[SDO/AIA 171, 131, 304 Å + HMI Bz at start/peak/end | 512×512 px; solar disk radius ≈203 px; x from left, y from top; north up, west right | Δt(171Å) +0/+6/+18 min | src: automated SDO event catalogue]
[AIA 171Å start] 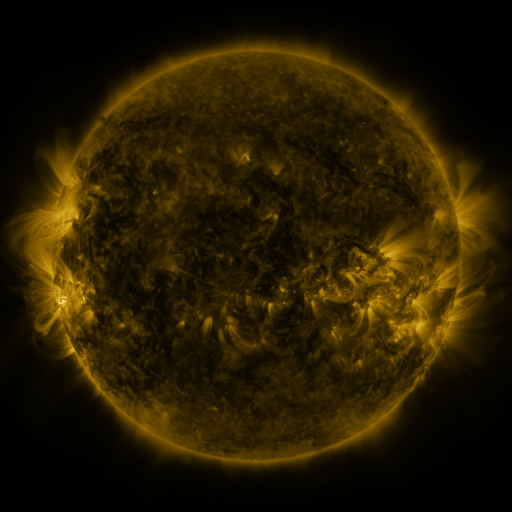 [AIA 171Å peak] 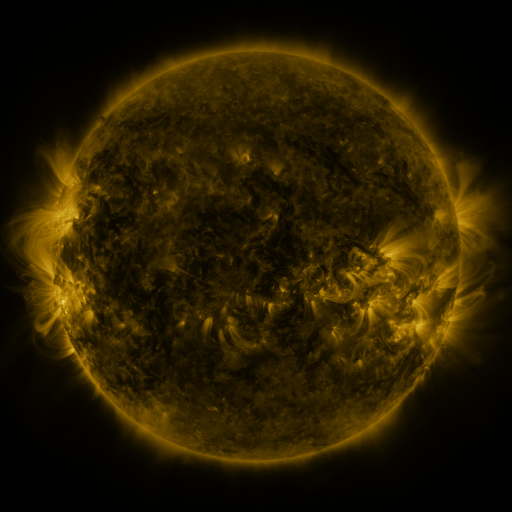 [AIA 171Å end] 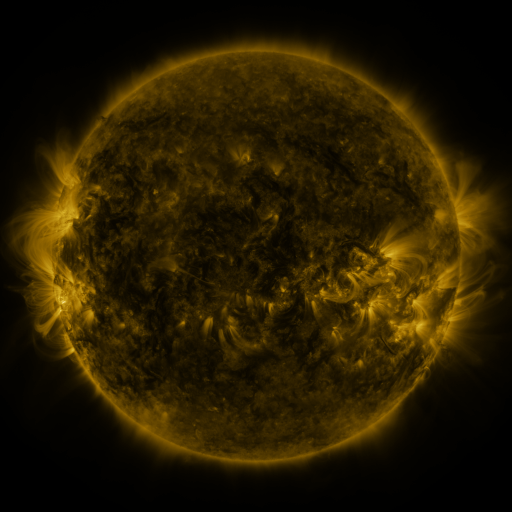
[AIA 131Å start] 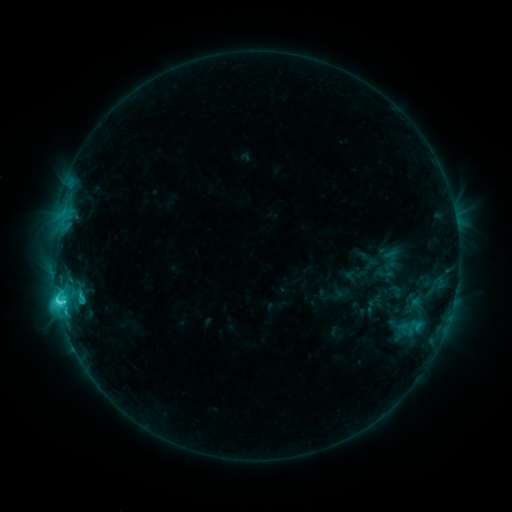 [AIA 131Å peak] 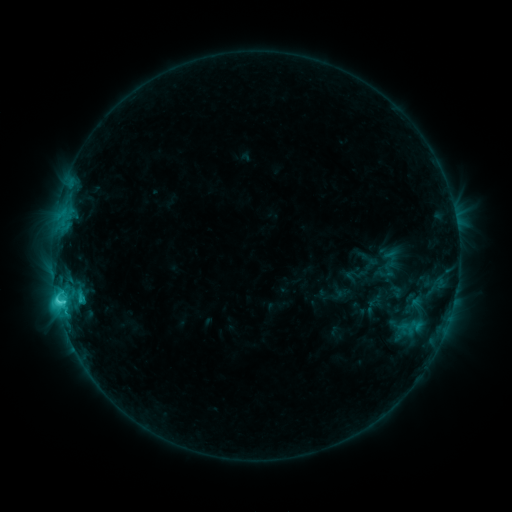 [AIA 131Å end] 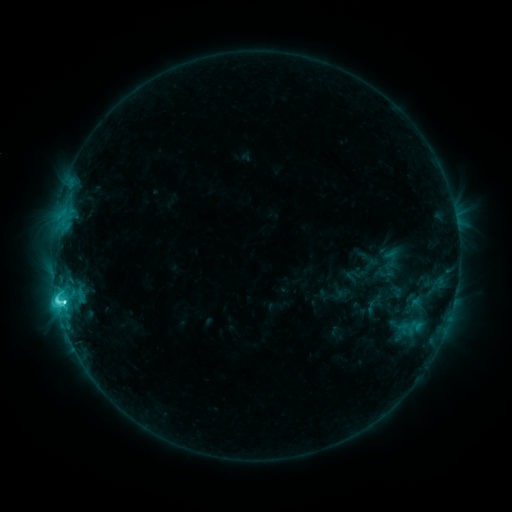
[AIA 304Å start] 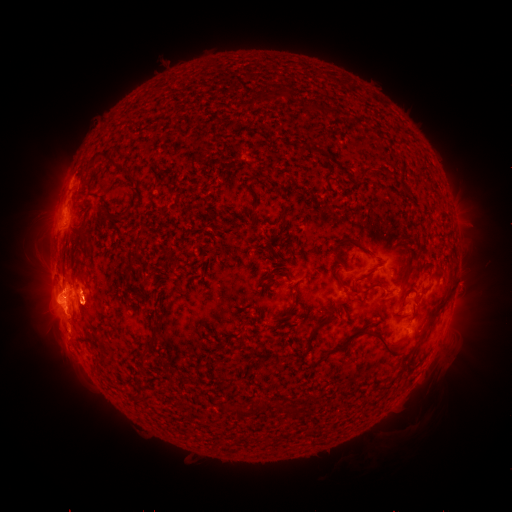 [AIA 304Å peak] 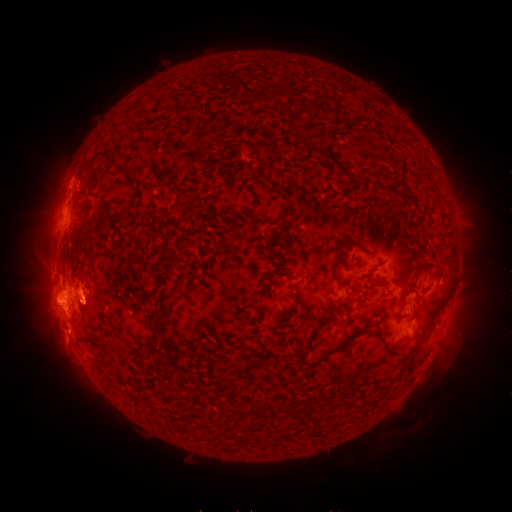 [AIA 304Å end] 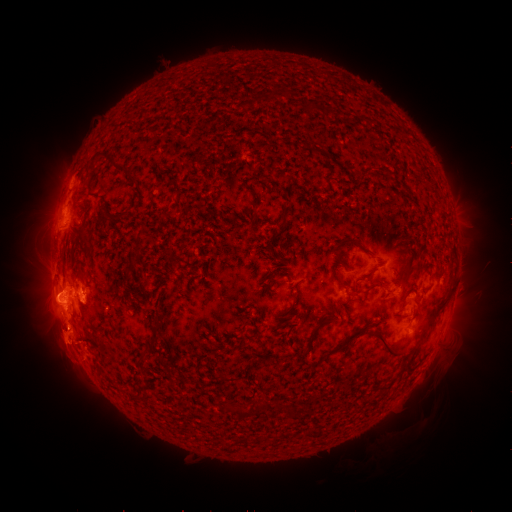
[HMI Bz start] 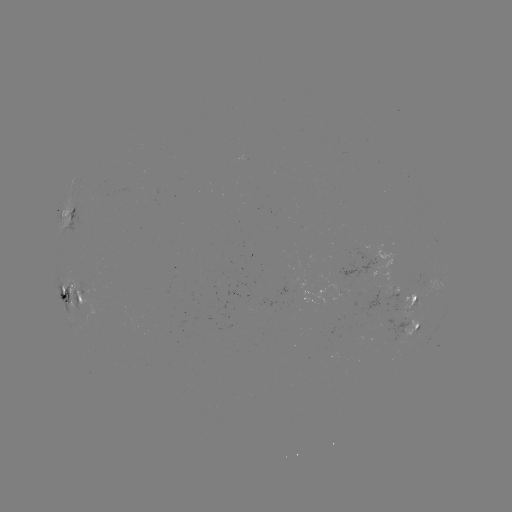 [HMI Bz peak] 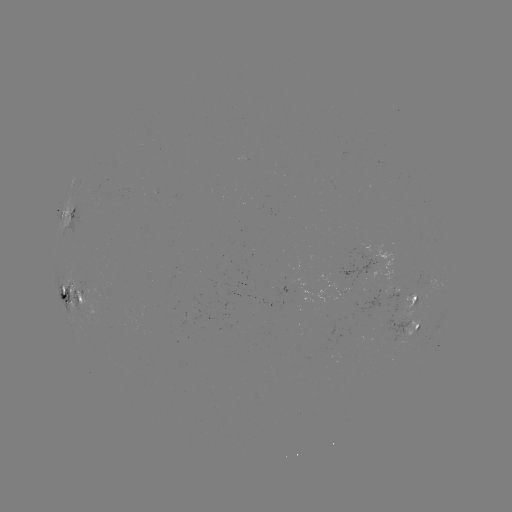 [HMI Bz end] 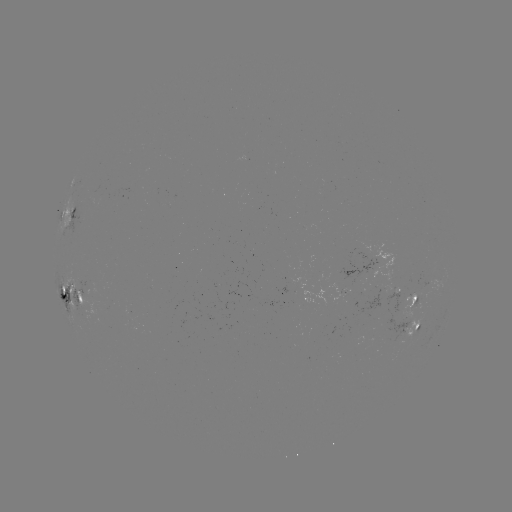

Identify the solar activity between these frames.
eruption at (62, 353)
